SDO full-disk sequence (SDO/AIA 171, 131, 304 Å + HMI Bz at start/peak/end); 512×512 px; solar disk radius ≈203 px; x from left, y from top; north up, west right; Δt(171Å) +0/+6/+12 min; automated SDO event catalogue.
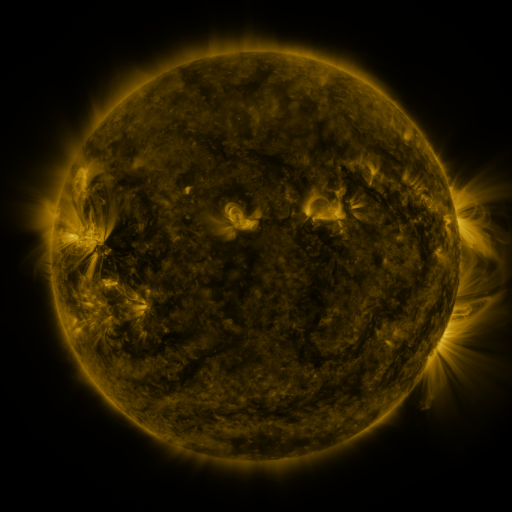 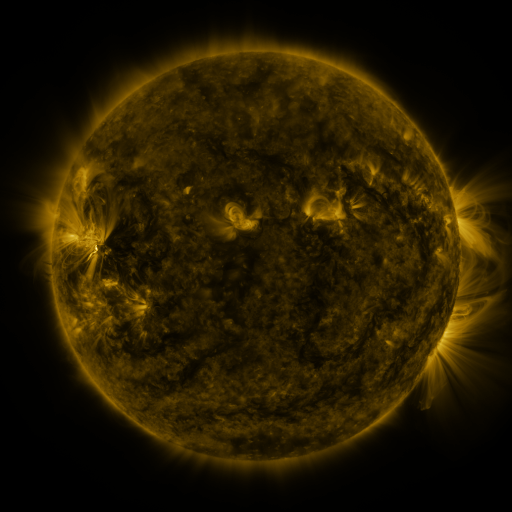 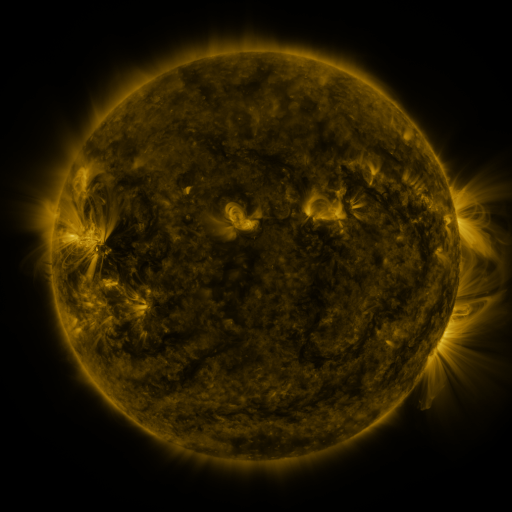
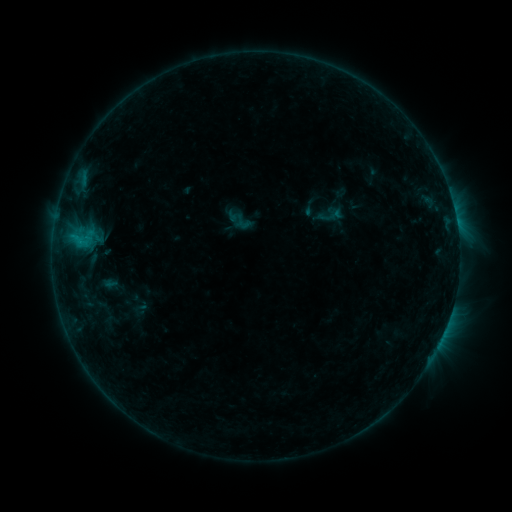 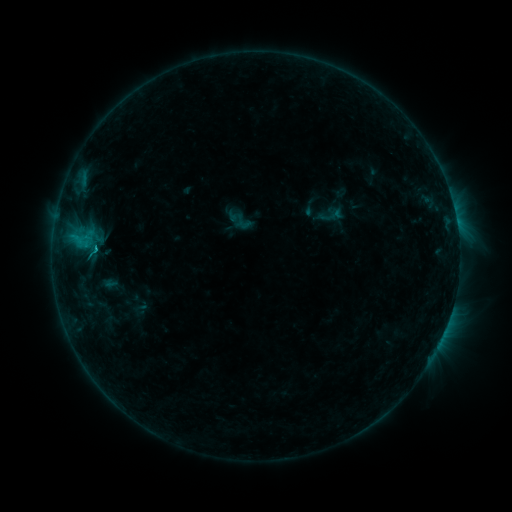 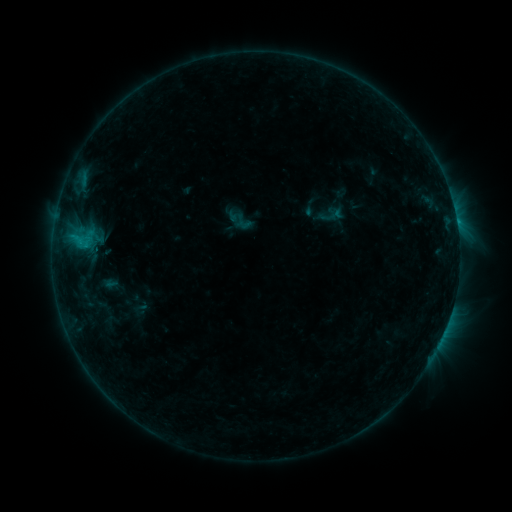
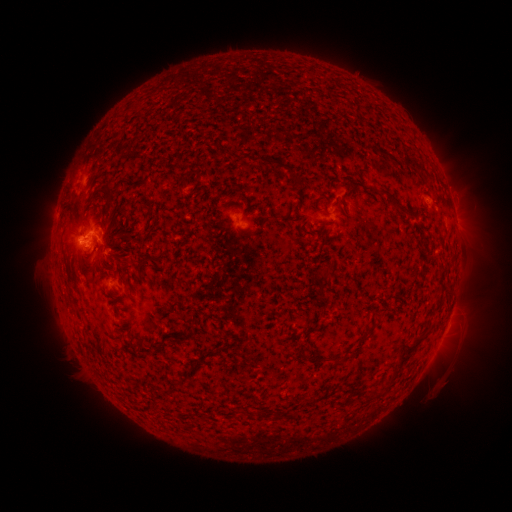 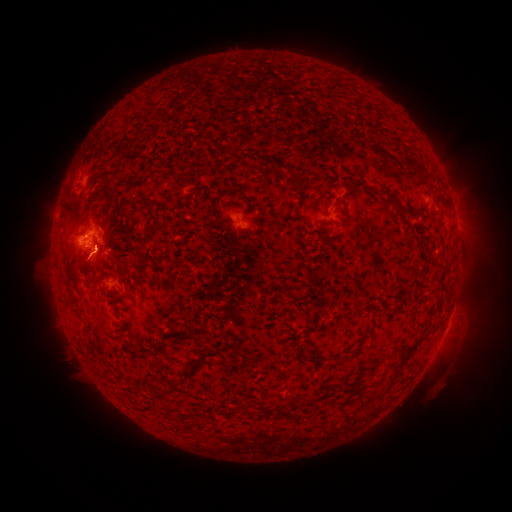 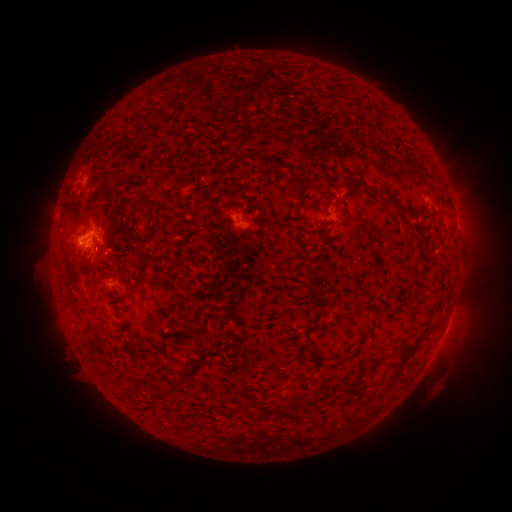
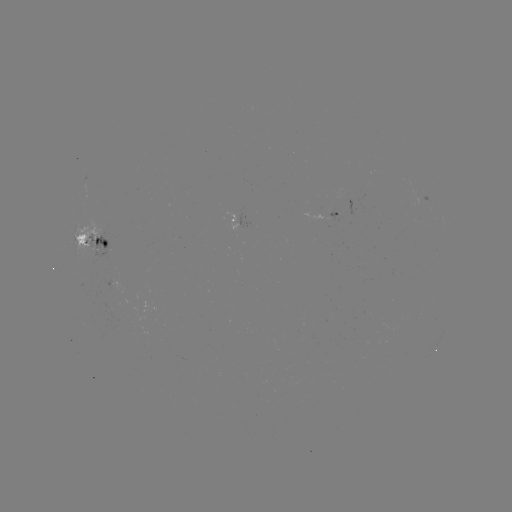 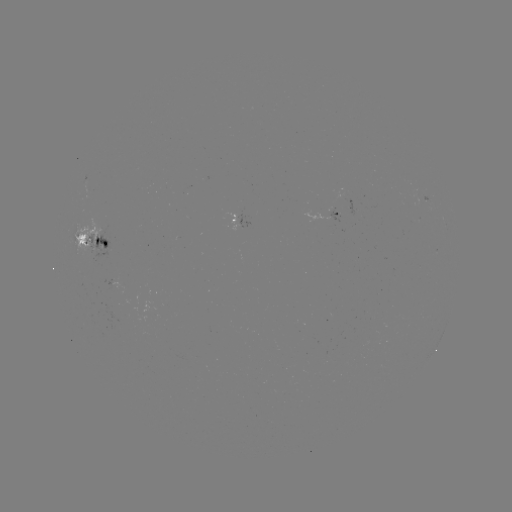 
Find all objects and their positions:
eruption: (86, 267)
